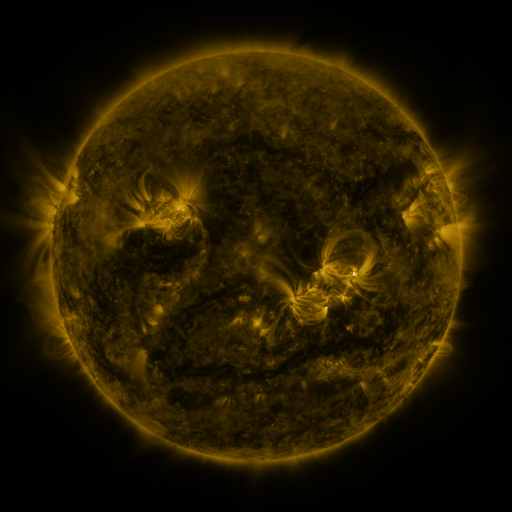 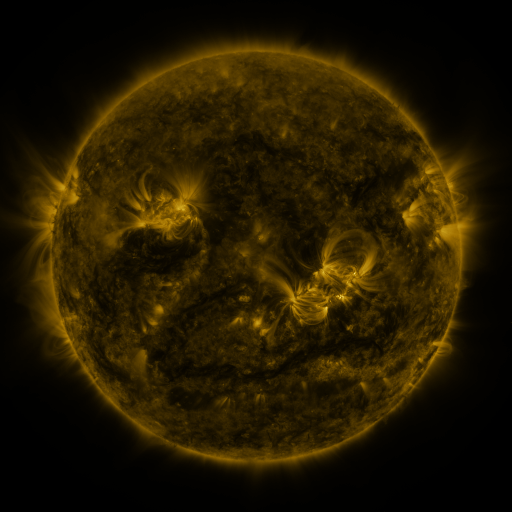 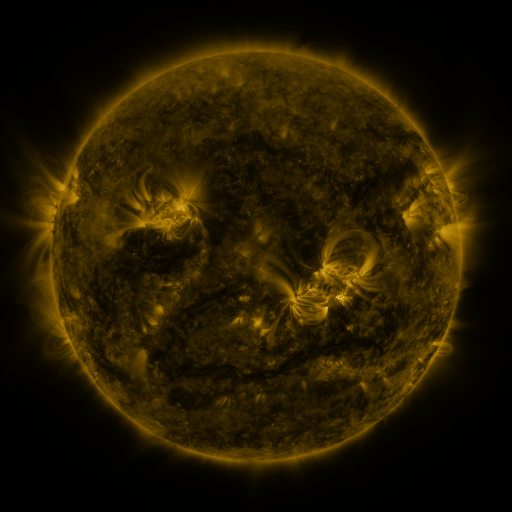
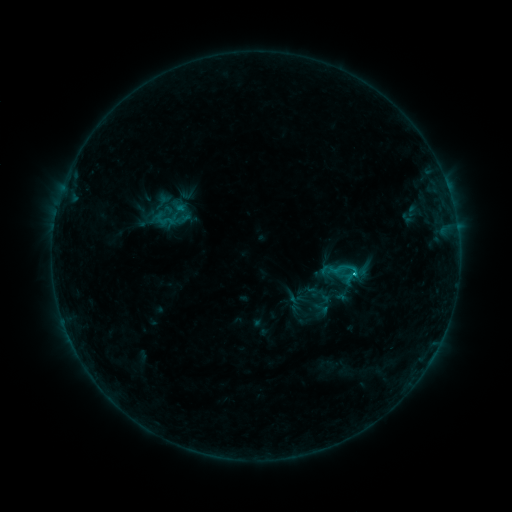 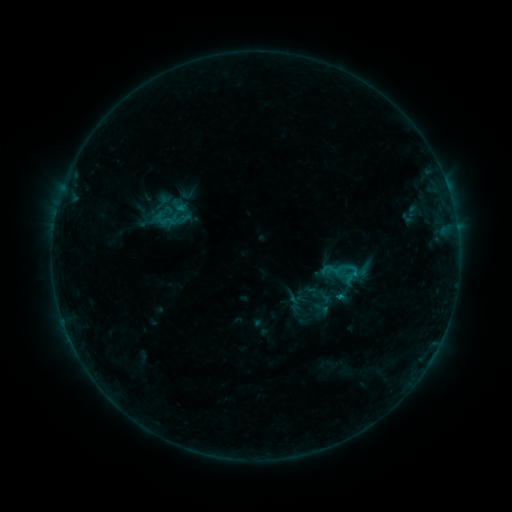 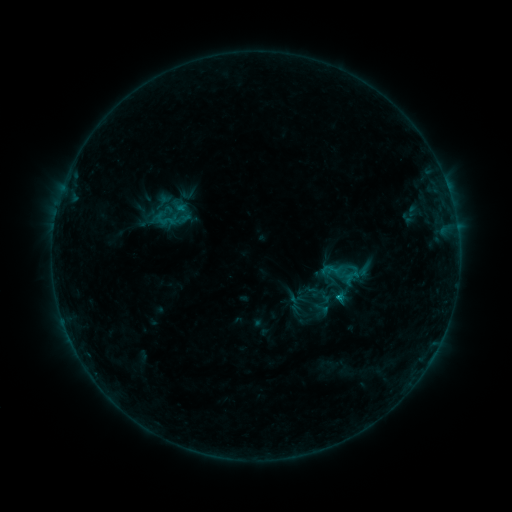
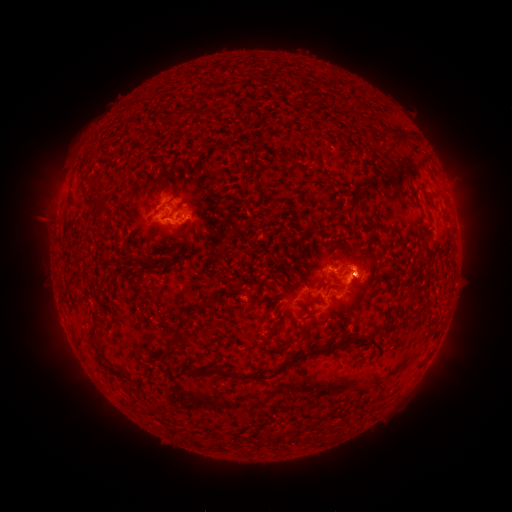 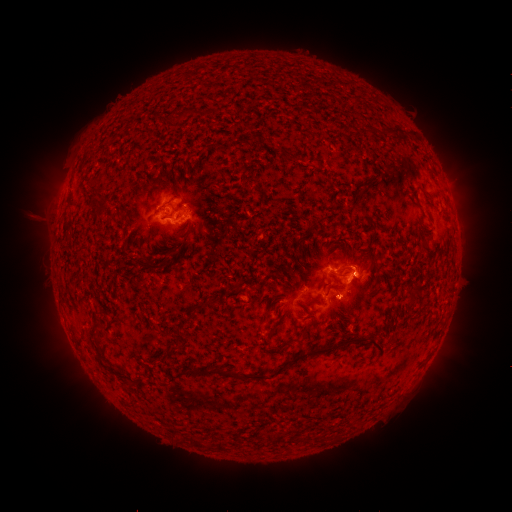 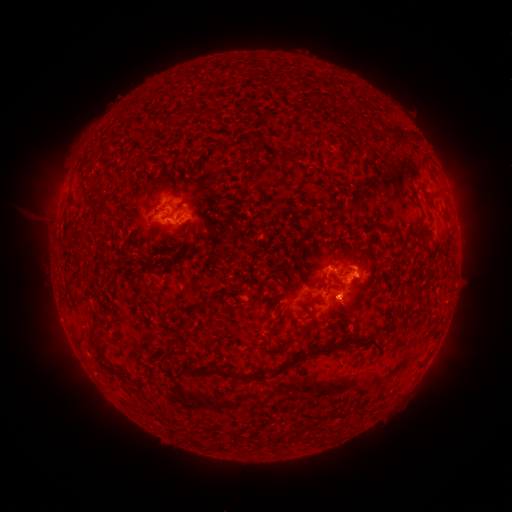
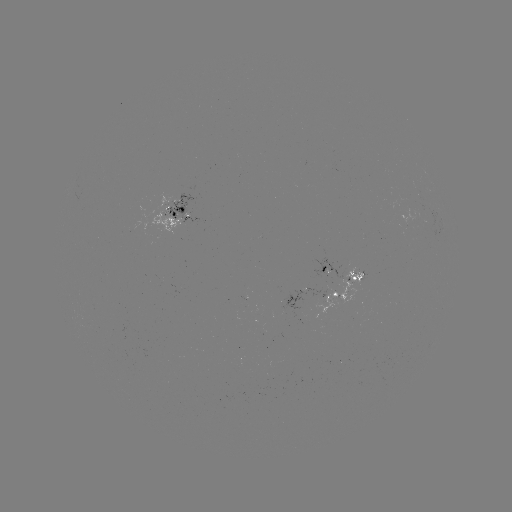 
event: eruption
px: (346, 303)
